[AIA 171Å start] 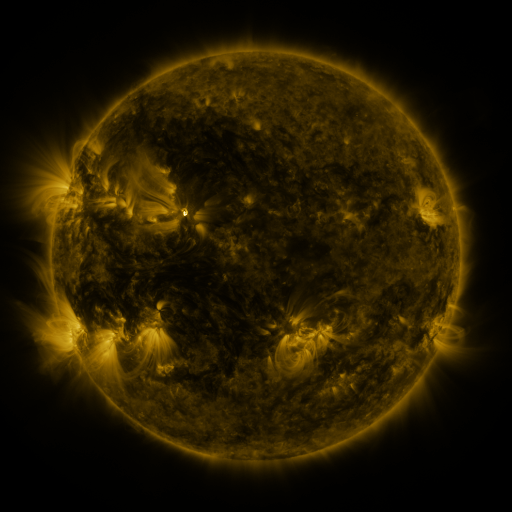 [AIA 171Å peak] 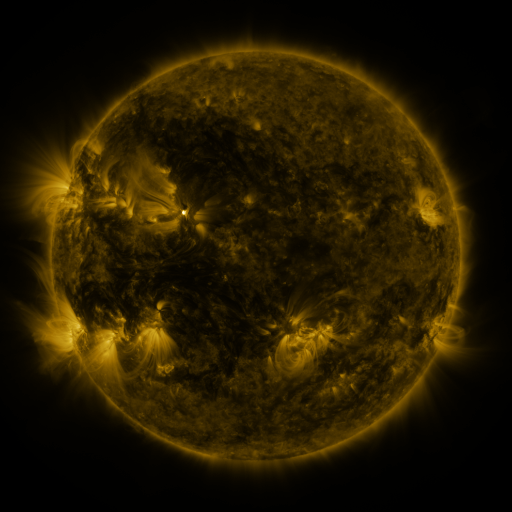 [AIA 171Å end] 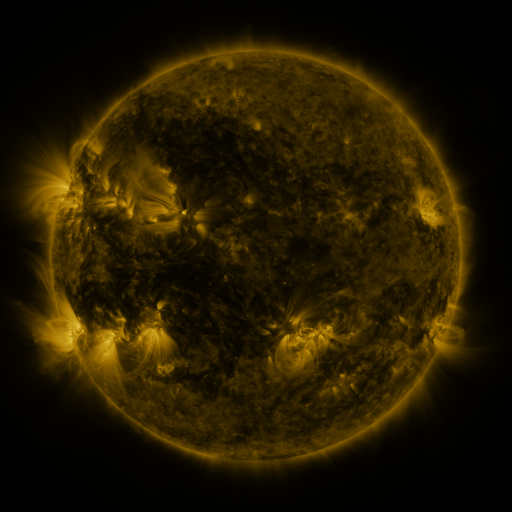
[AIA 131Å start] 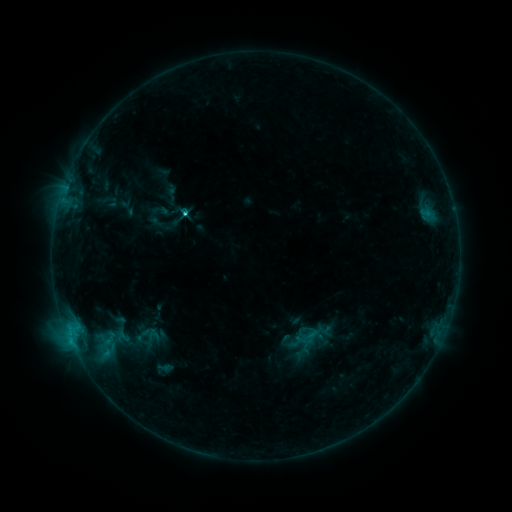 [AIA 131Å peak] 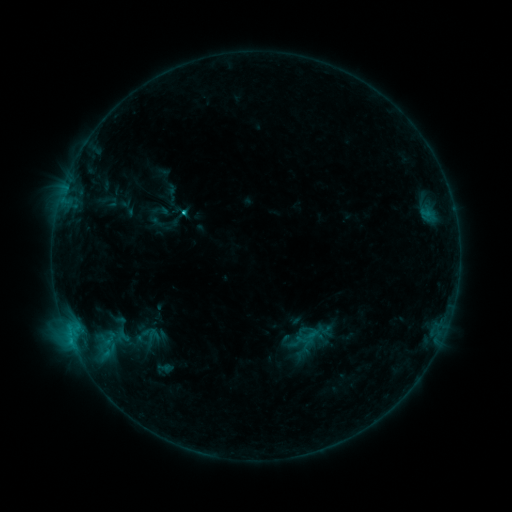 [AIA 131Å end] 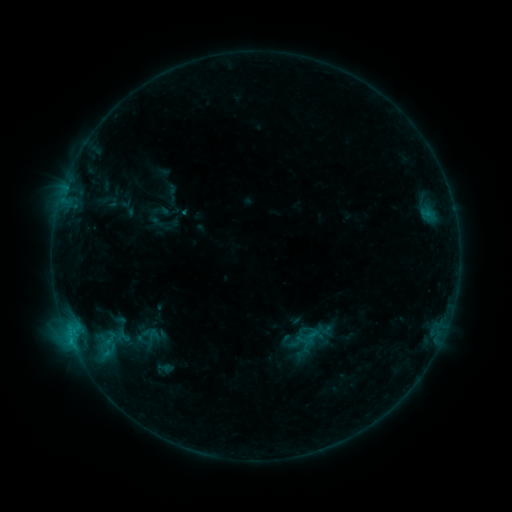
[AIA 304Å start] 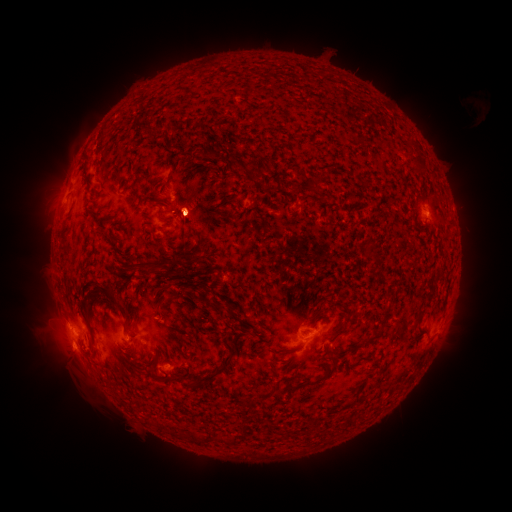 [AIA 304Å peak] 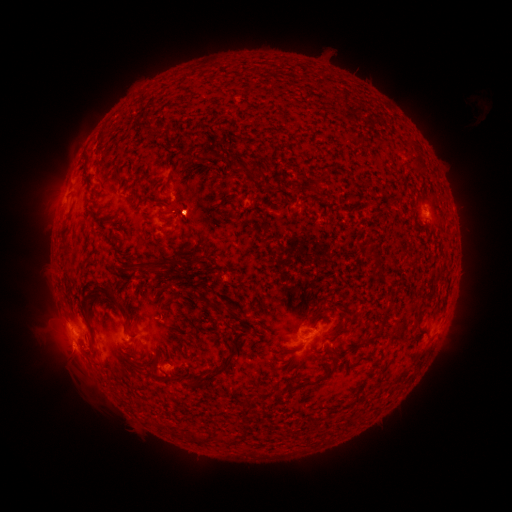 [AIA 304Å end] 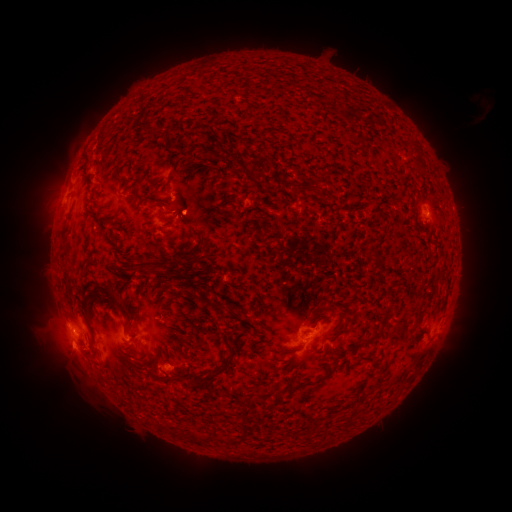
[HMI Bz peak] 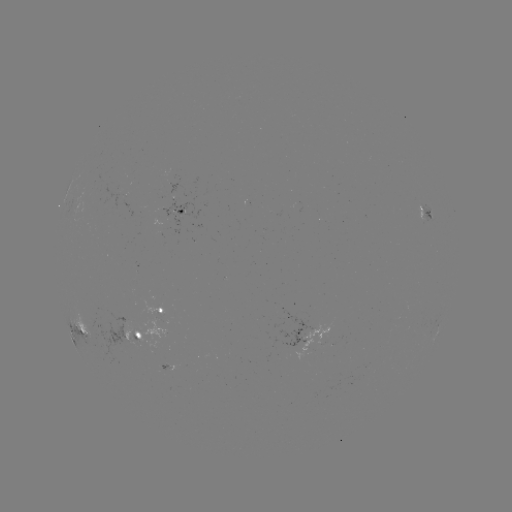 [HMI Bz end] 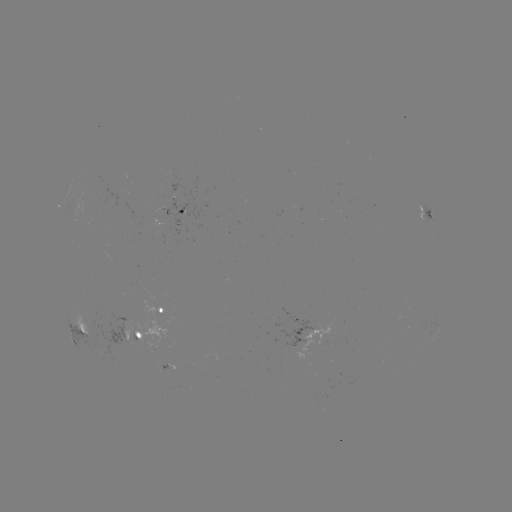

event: eruption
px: (53, 194)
